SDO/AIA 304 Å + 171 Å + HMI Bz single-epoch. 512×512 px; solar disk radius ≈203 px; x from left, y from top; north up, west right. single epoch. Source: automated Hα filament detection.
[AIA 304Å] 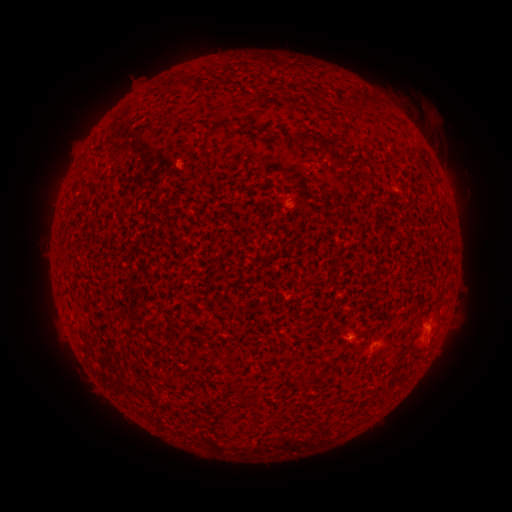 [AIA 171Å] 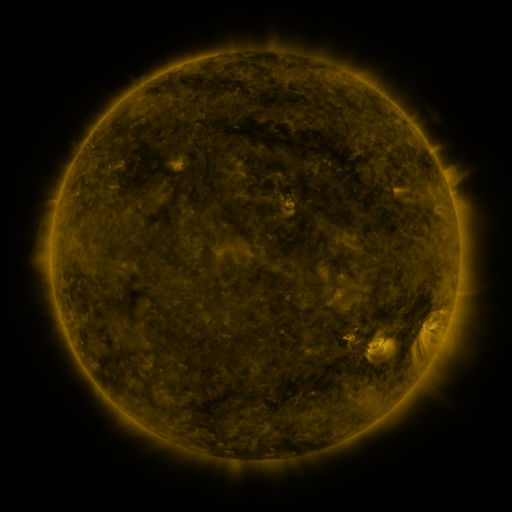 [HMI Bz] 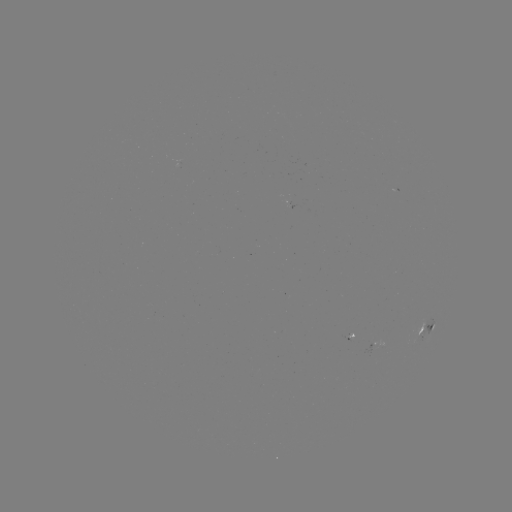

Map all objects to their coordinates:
filament: <bbox>362, 98, 371, 111</bbox>
filament: <bbox>286, 134, 302, 146</bbox>
filament: <bbox>317, 137, 340, 153</bbox>
filament: <bbox>362, 176, 374, 185</bbox>
filament: <bbox>238, 397, 259, 409</bbox>
